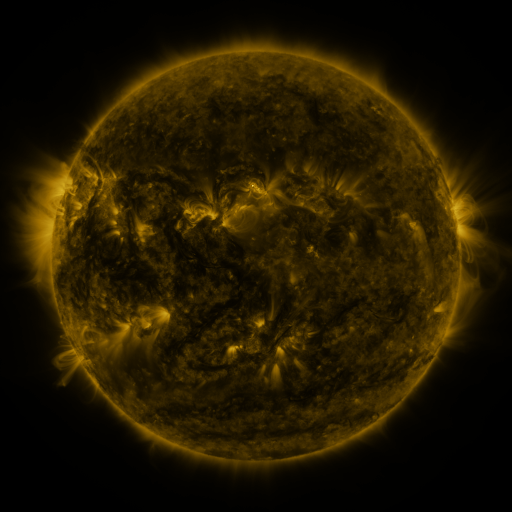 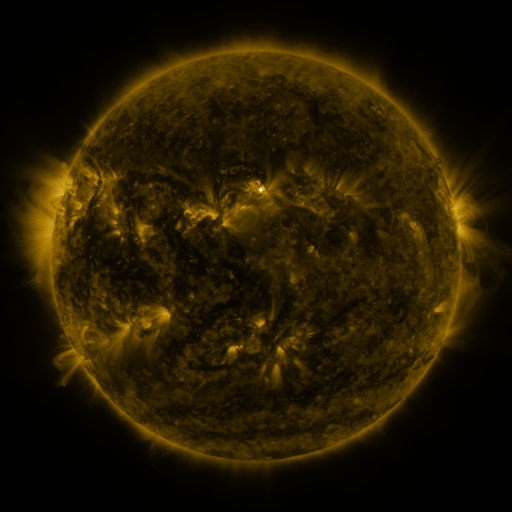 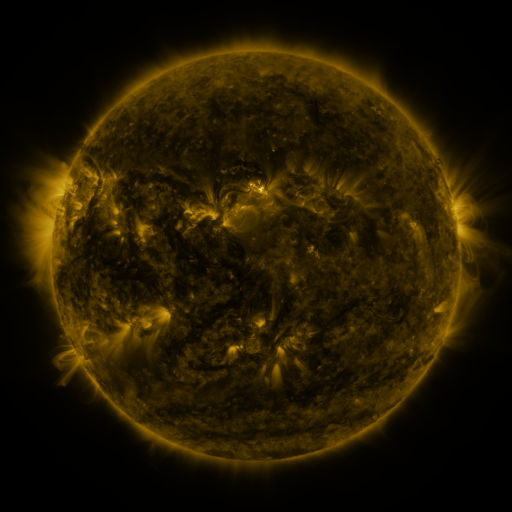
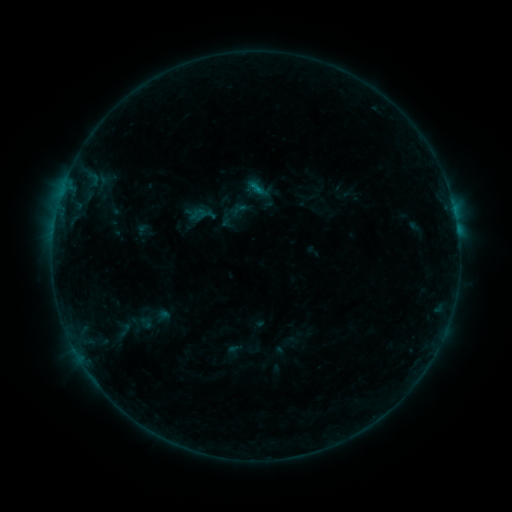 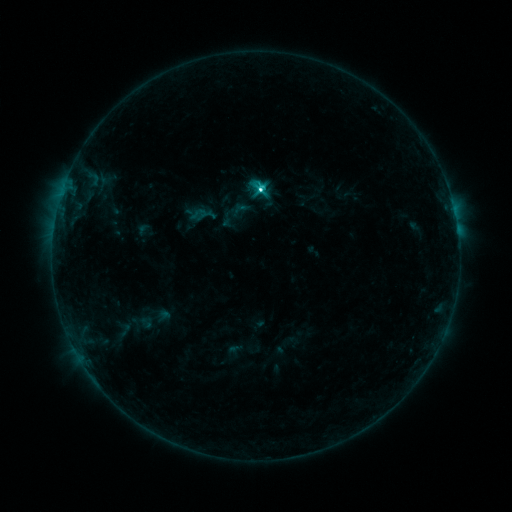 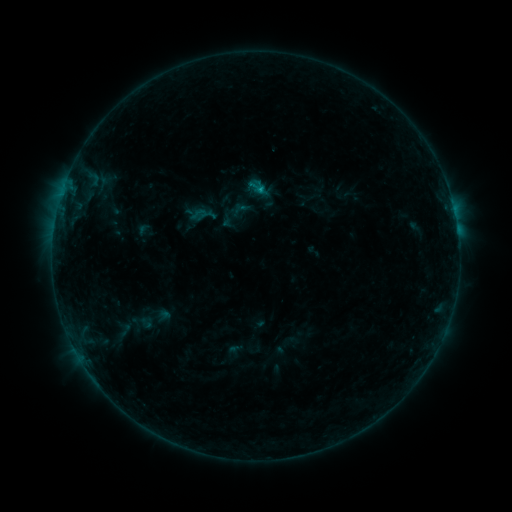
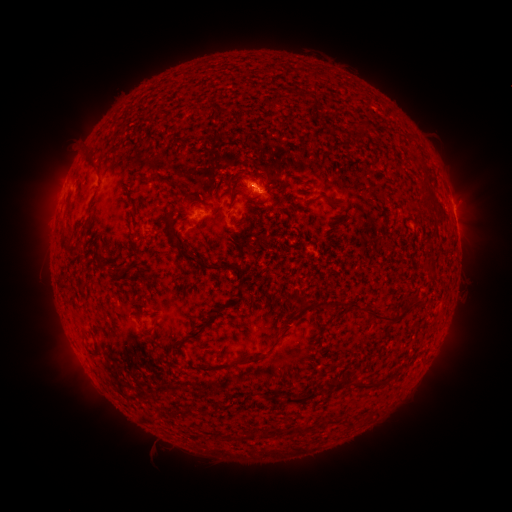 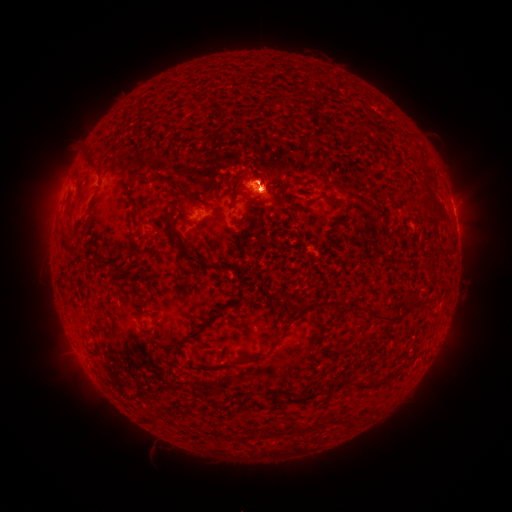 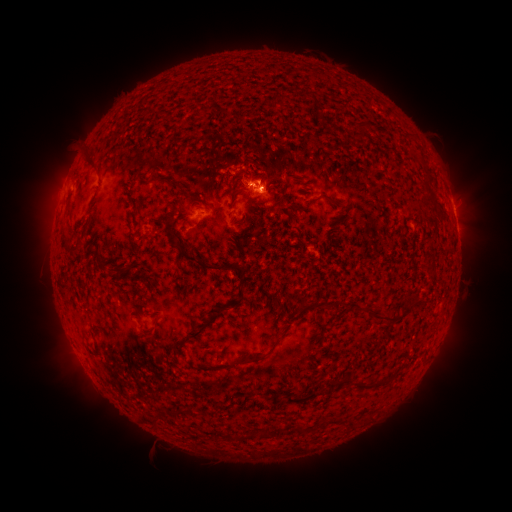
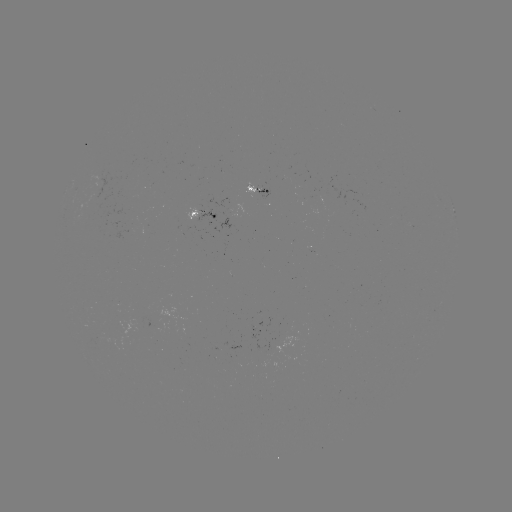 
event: flare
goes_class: C5.5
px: (259, 191)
